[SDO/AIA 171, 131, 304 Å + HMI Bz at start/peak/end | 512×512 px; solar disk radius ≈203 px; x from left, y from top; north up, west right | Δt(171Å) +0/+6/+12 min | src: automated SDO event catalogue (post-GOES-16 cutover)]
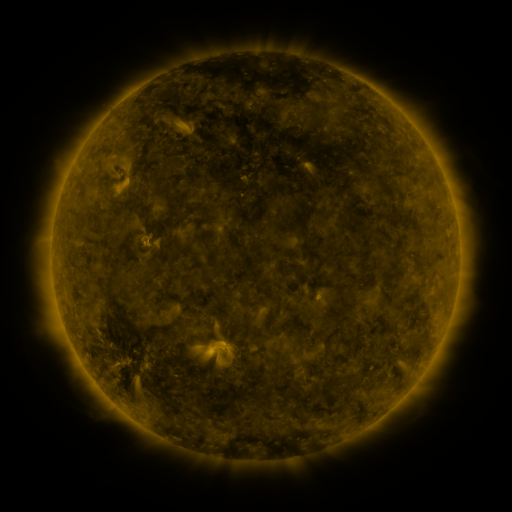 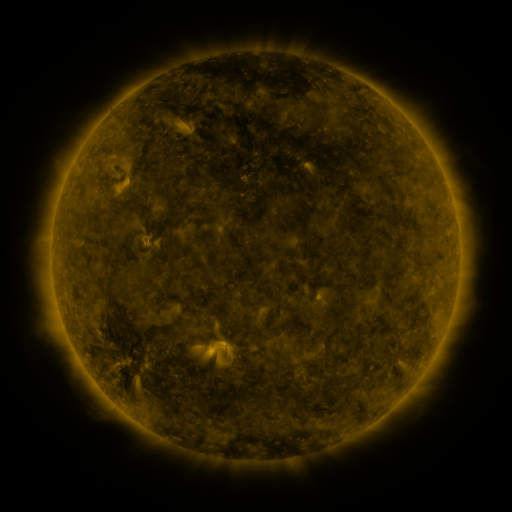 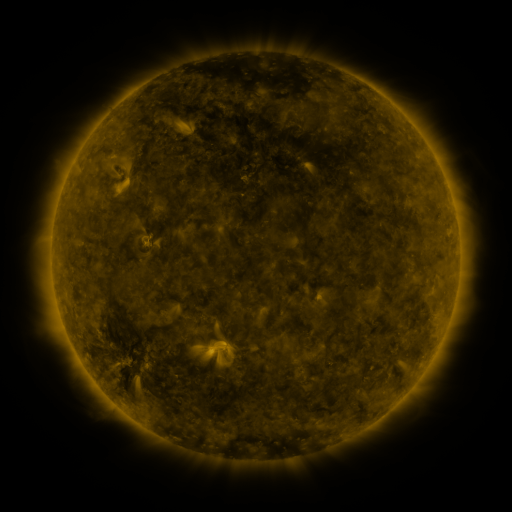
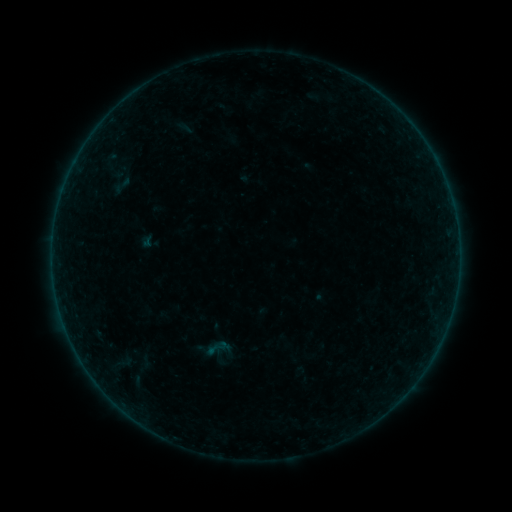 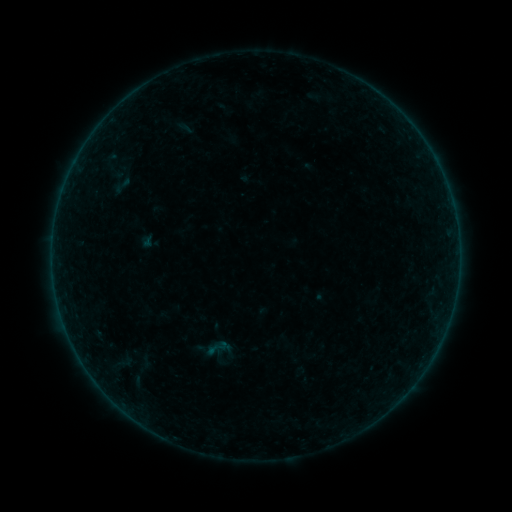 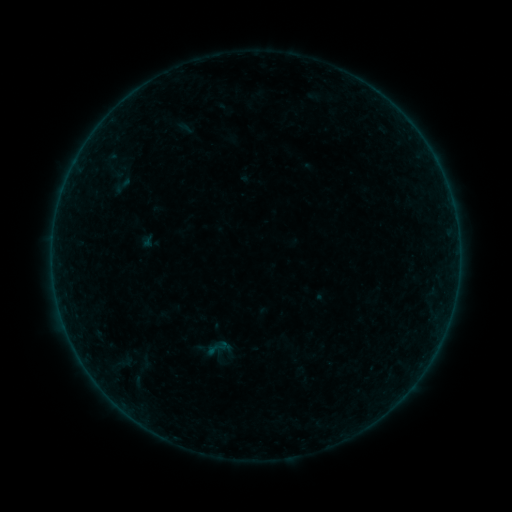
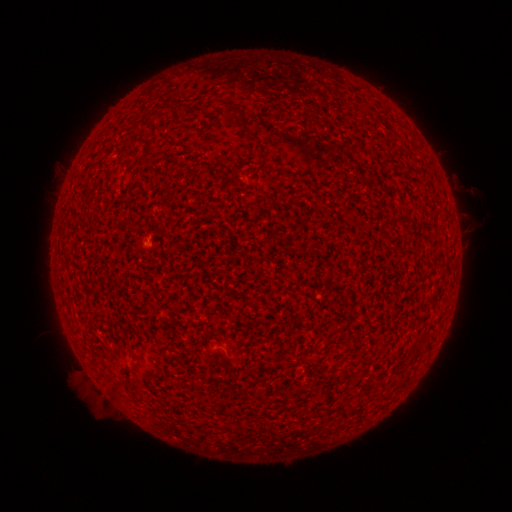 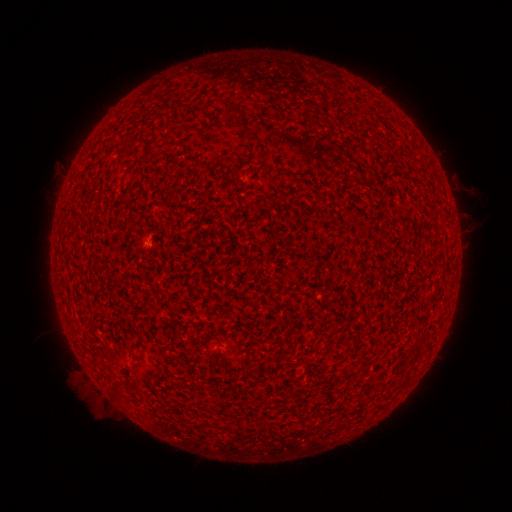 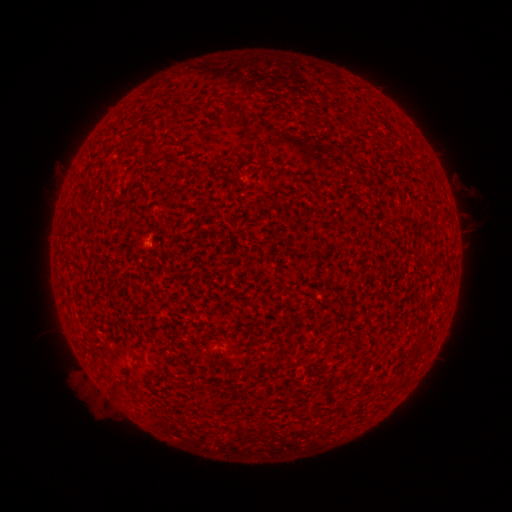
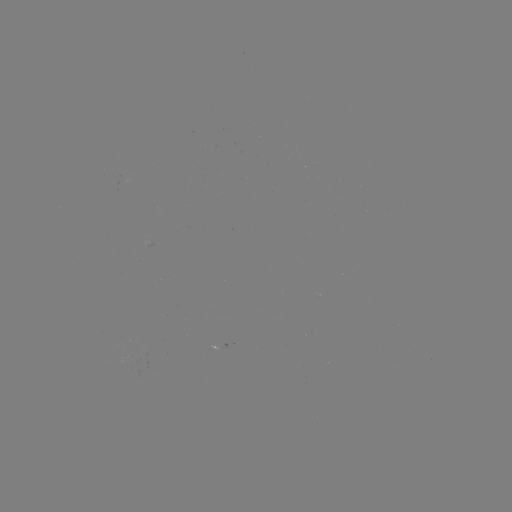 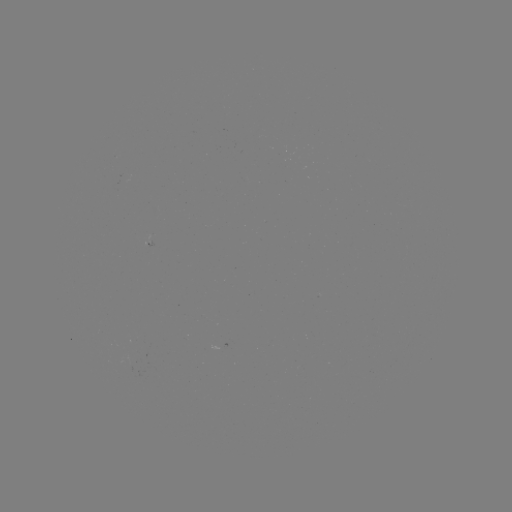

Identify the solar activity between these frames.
A1.1 flare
